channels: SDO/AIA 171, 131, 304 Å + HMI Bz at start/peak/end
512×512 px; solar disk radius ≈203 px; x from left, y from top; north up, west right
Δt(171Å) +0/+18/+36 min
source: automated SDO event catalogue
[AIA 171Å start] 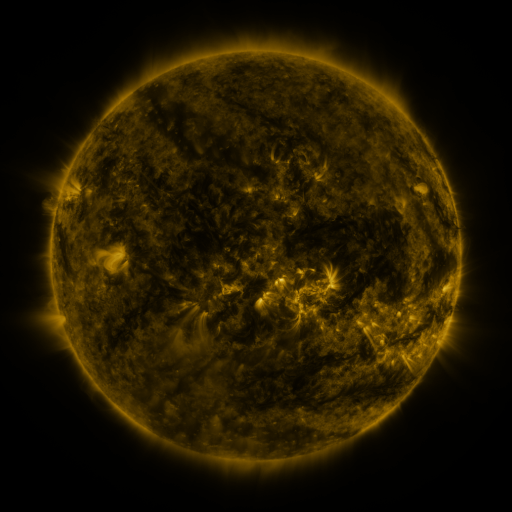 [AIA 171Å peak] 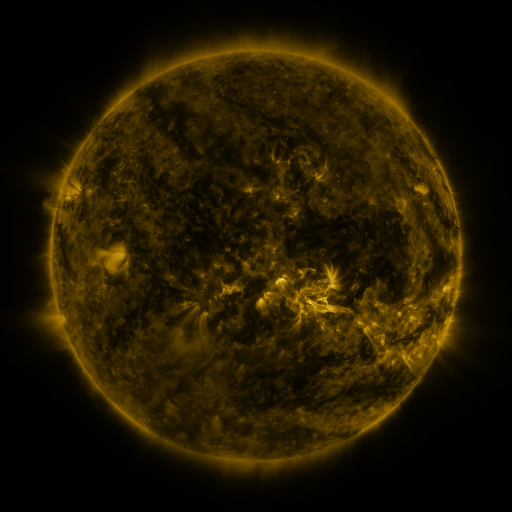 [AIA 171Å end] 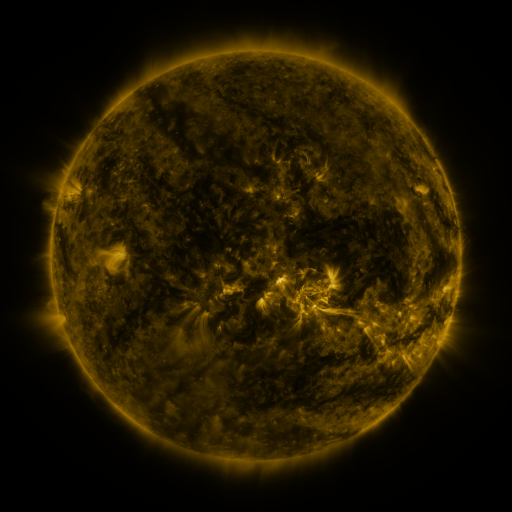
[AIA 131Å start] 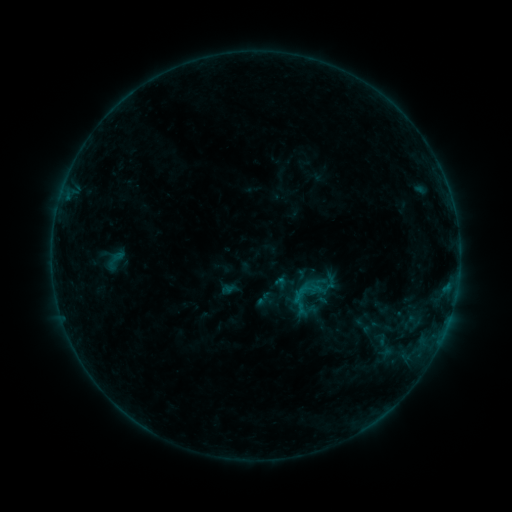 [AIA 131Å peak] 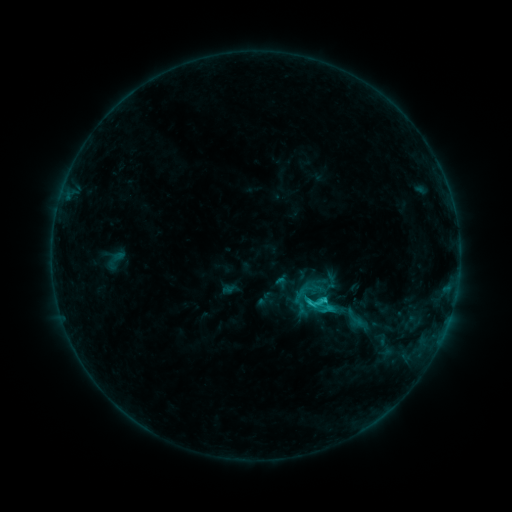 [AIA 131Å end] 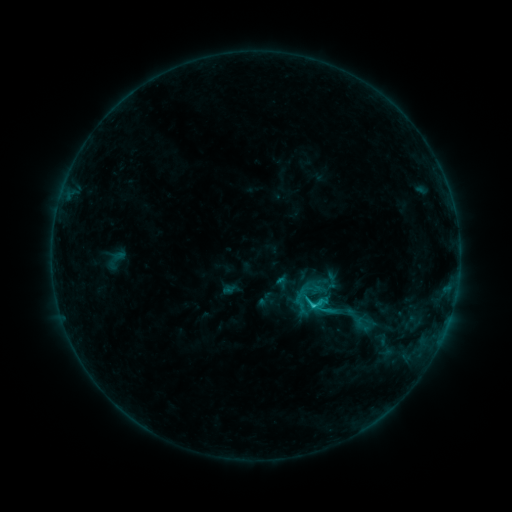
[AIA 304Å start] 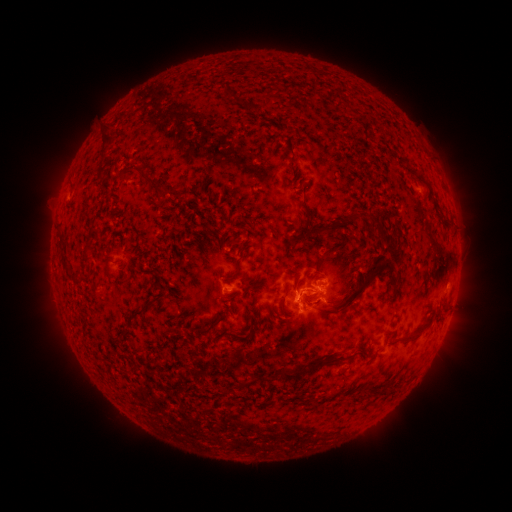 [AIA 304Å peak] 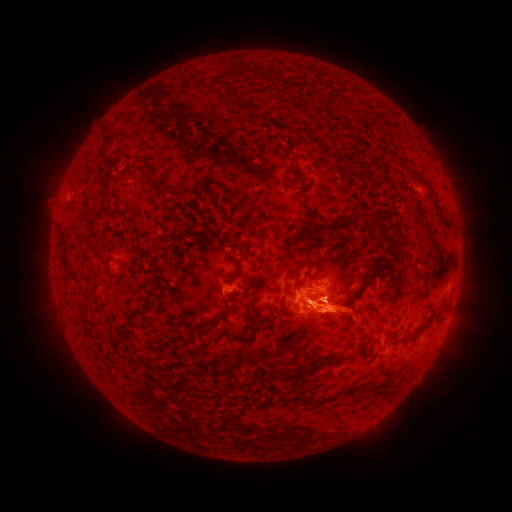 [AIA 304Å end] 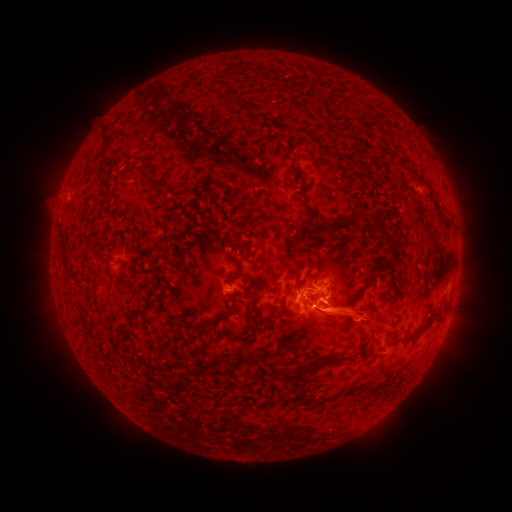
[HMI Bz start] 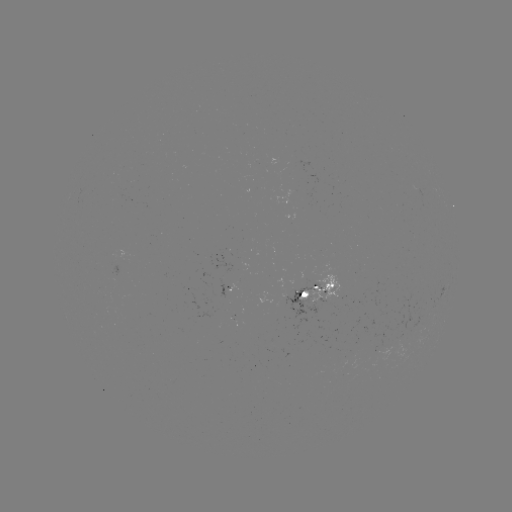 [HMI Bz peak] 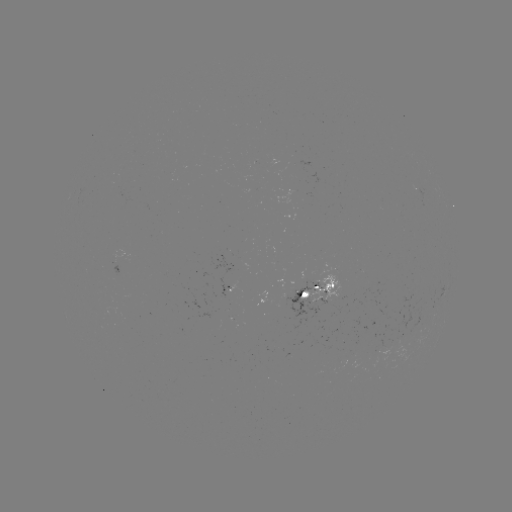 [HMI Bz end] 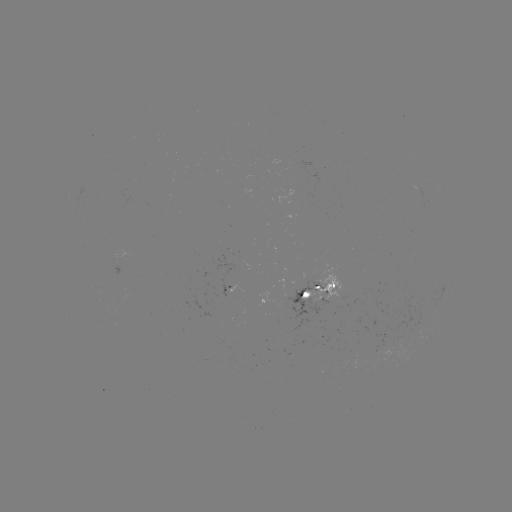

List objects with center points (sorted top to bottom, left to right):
eruption: (336, 312)
